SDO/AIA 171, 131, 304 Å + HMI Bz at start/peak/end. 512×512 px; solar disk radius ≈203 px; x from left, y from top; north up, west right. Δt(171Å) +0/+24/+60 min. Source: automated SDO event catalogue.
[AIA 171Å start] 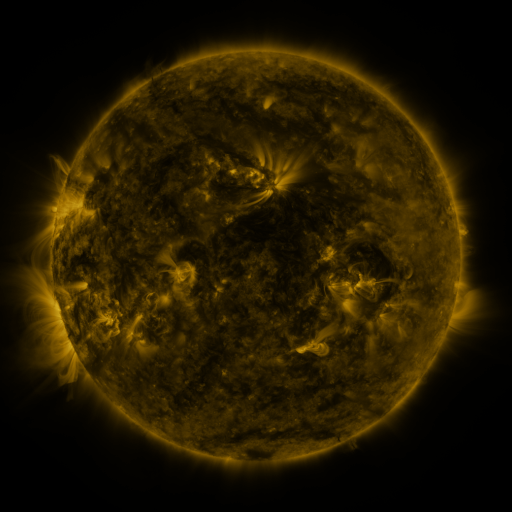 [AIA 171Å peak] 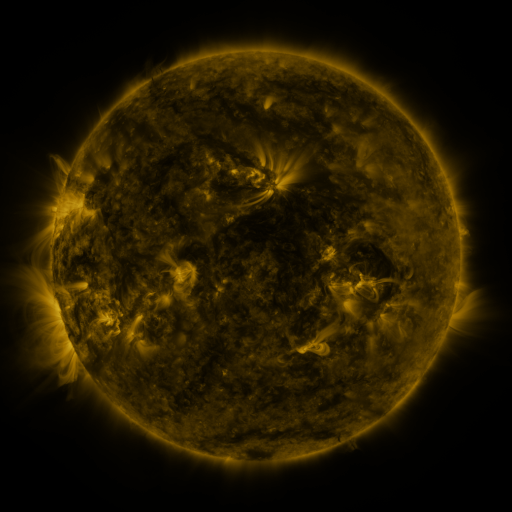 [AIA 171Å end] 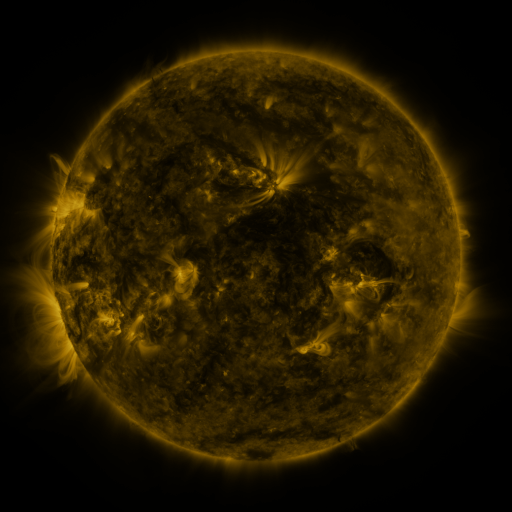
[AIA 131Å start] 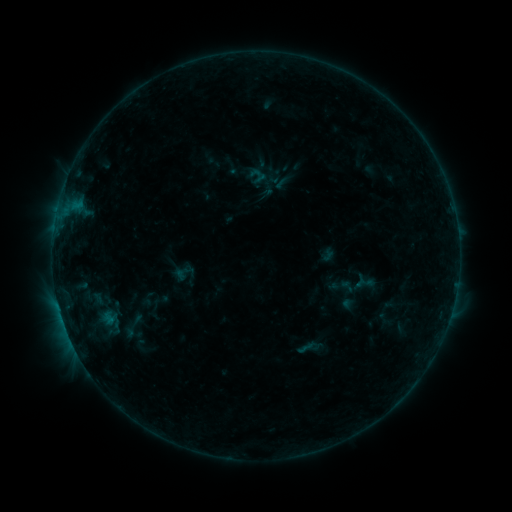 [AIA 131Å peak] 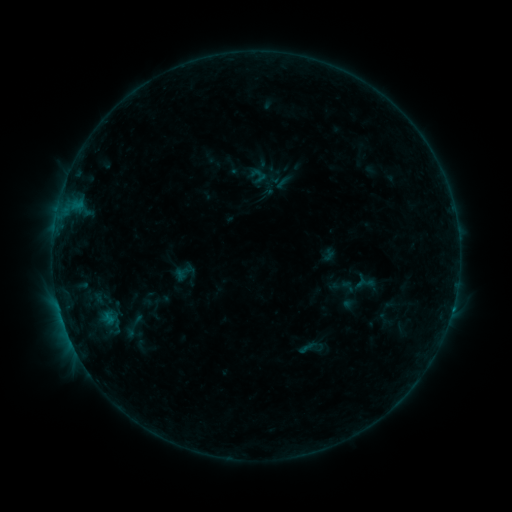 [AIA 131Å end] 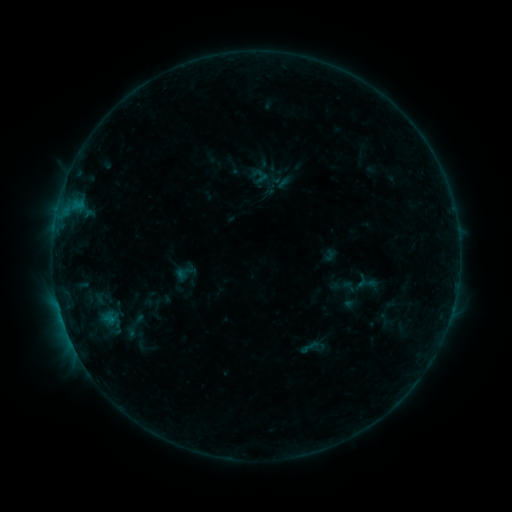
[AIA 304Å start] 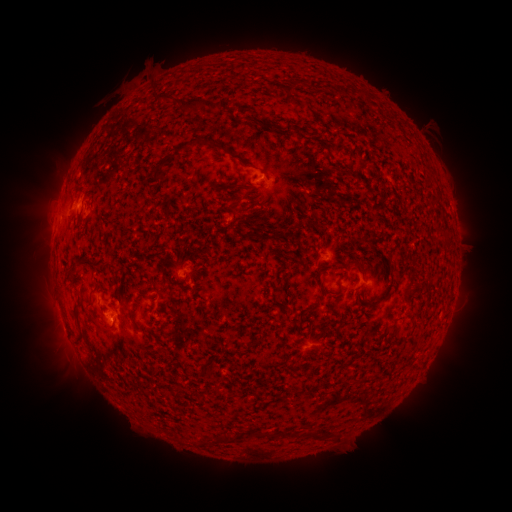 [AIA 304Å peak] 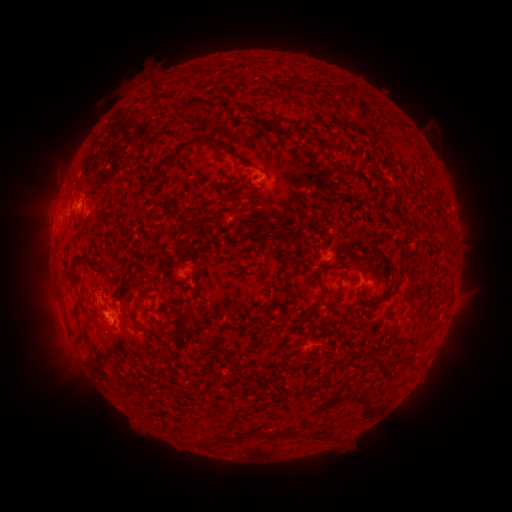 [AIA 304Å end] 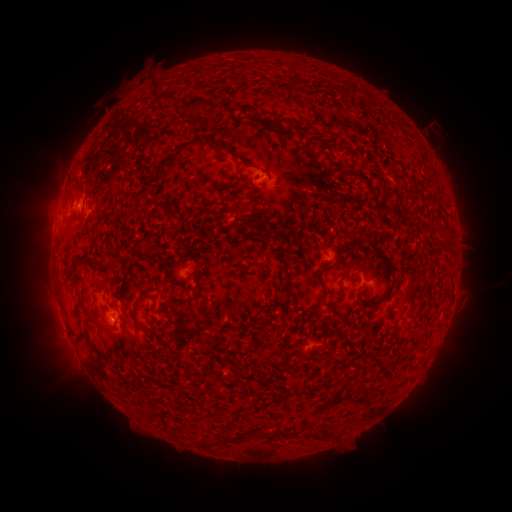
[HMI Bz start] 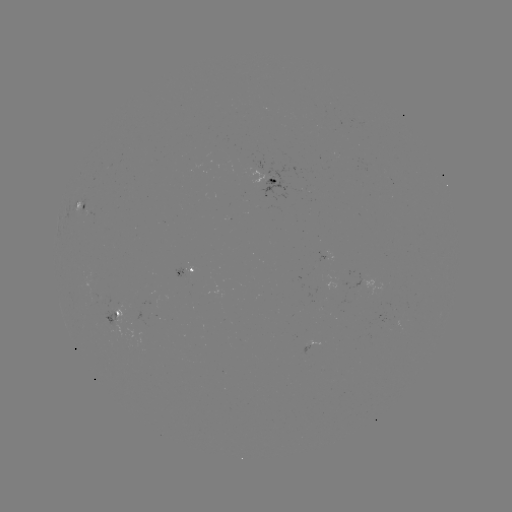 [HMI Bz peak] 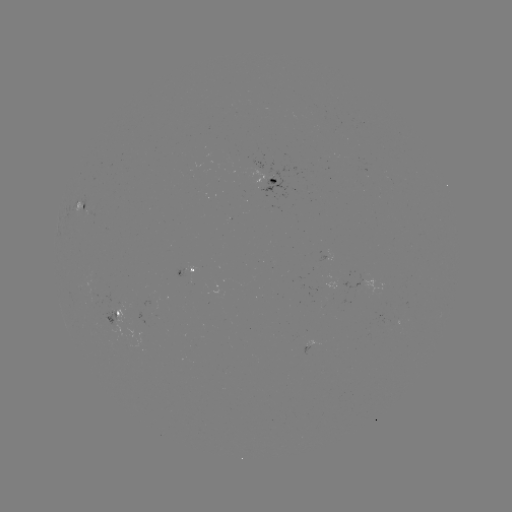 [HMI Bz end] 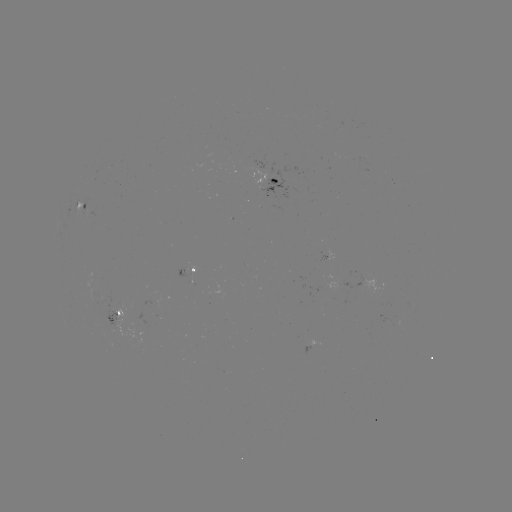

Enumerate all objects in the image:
B4.0 flare: (452, 307)
